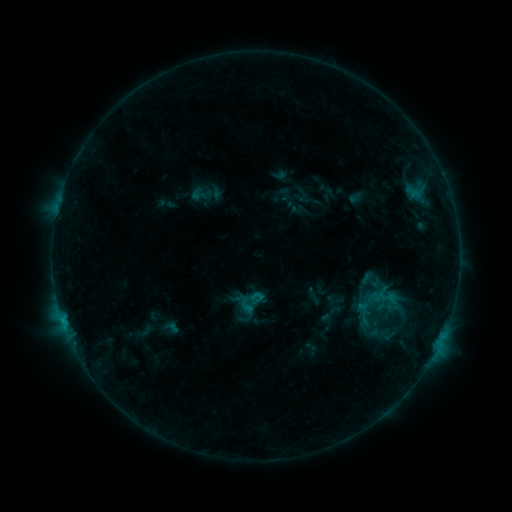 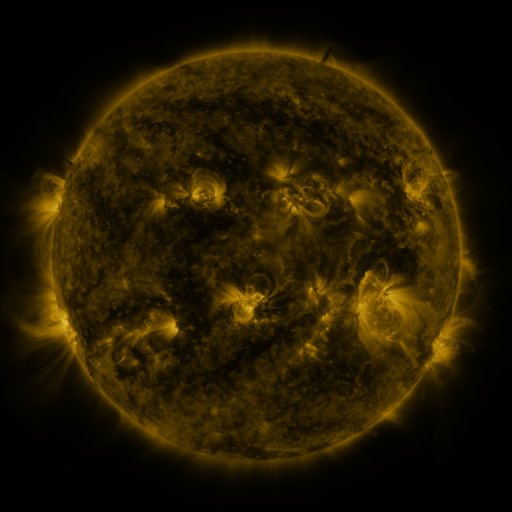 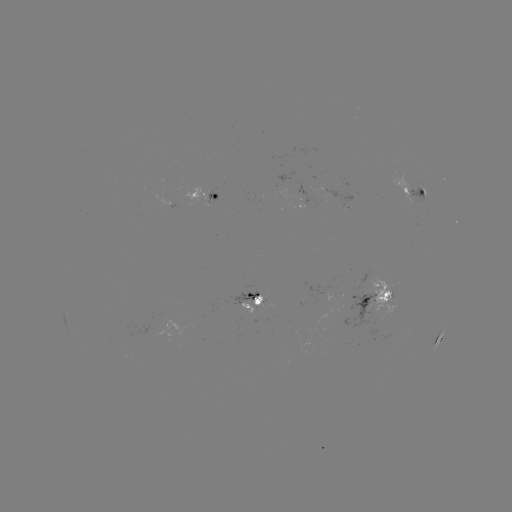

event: sigmoid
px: (251, 302)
